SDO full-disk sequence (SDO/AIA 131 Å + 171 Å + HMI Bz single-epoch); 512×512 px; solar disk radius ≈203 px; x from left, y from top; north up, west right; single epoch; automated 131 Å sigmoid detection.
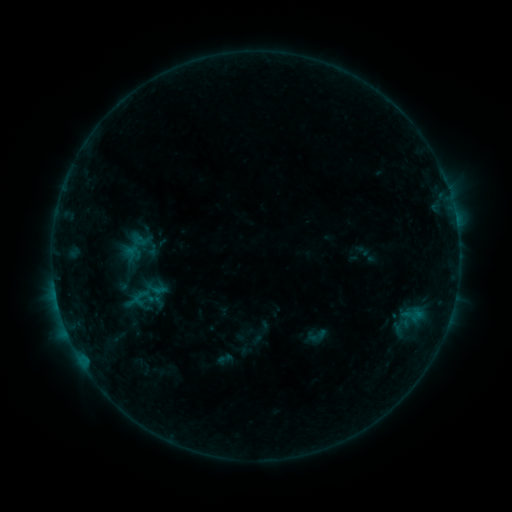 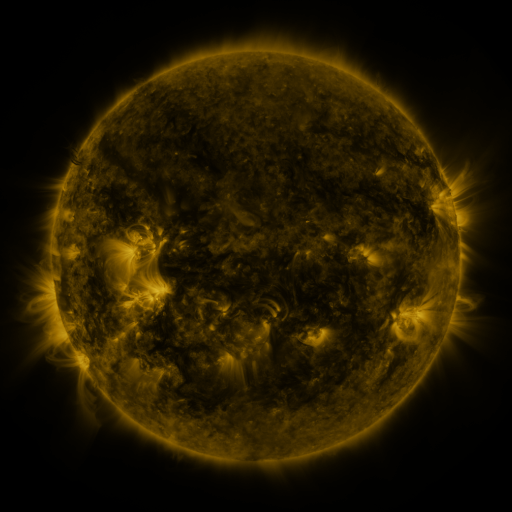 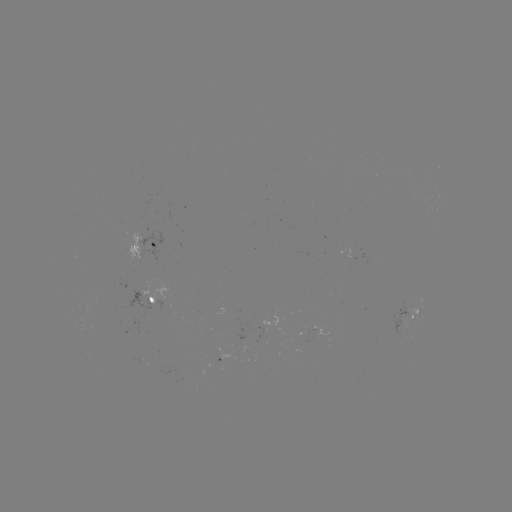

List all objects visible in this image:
sigmoid: (307, 325, 328, 346)
sigmoid: (215, 349, 235, 368)
